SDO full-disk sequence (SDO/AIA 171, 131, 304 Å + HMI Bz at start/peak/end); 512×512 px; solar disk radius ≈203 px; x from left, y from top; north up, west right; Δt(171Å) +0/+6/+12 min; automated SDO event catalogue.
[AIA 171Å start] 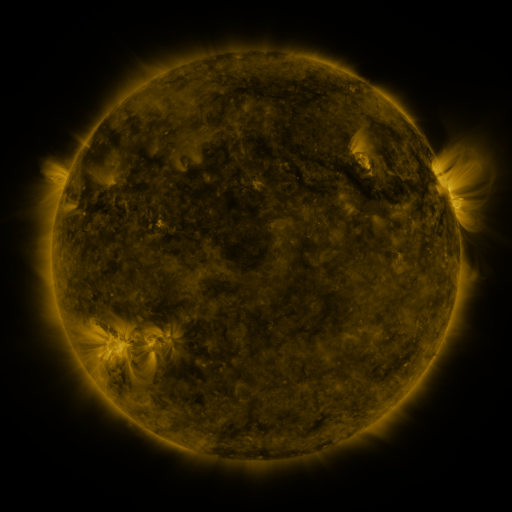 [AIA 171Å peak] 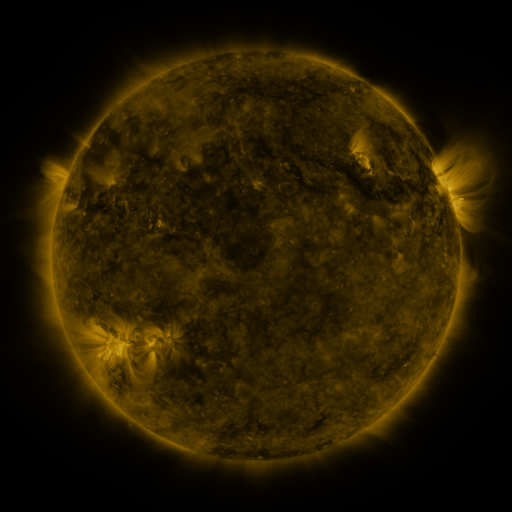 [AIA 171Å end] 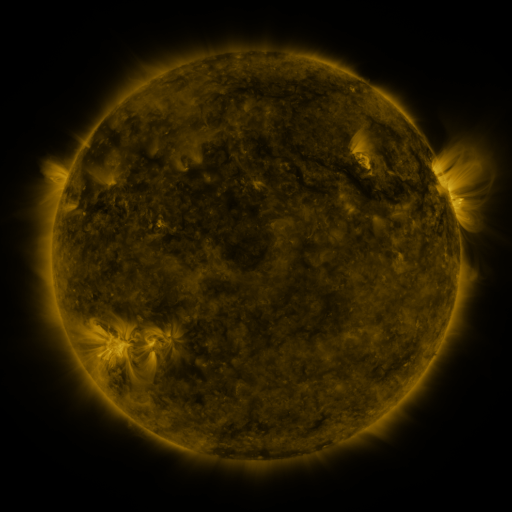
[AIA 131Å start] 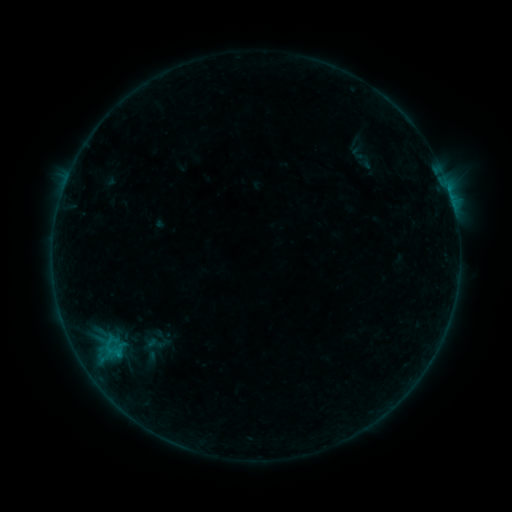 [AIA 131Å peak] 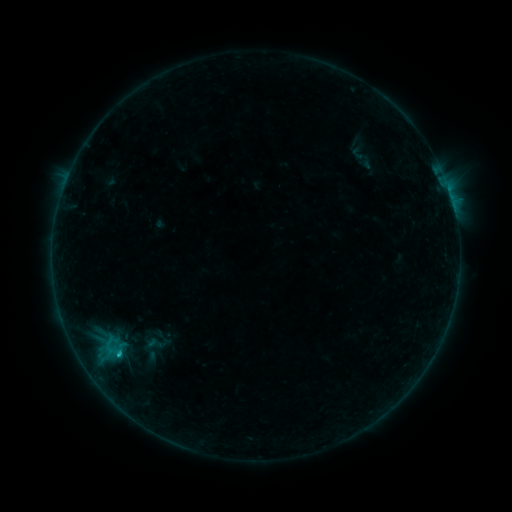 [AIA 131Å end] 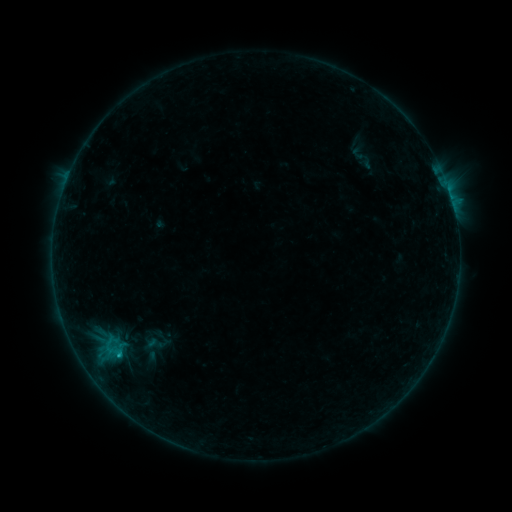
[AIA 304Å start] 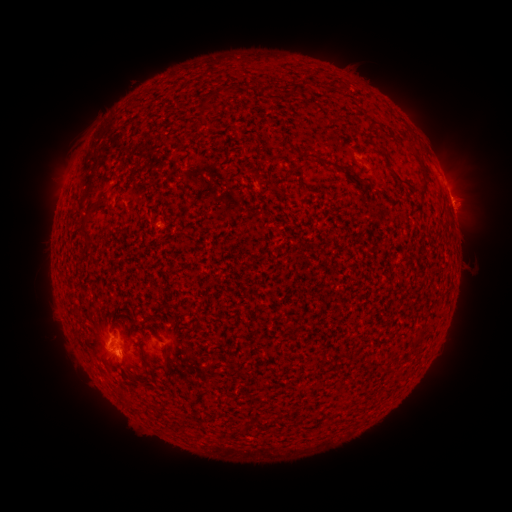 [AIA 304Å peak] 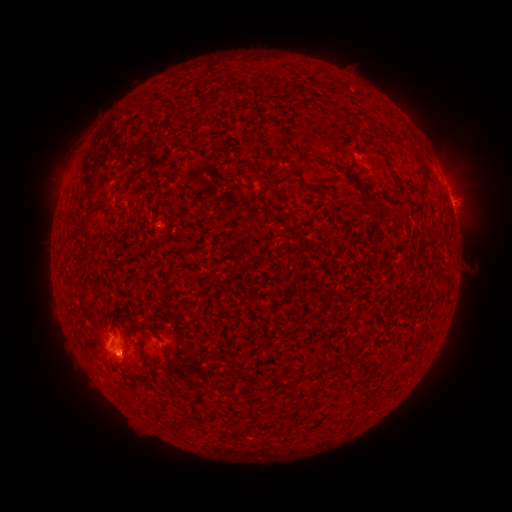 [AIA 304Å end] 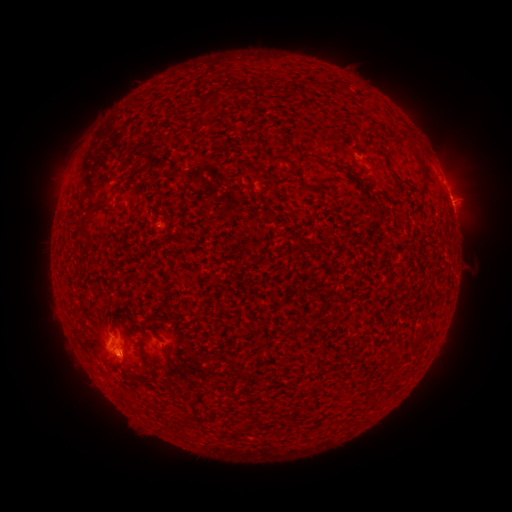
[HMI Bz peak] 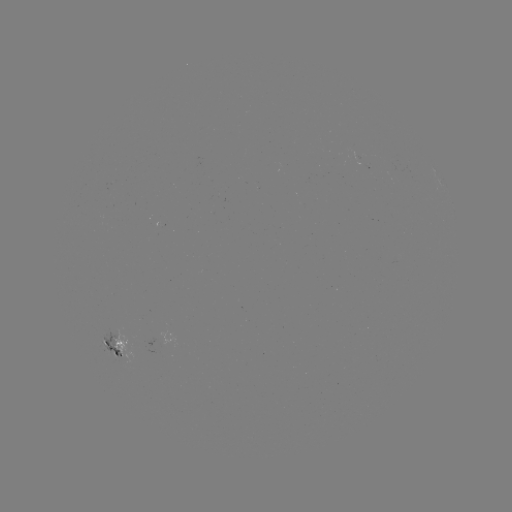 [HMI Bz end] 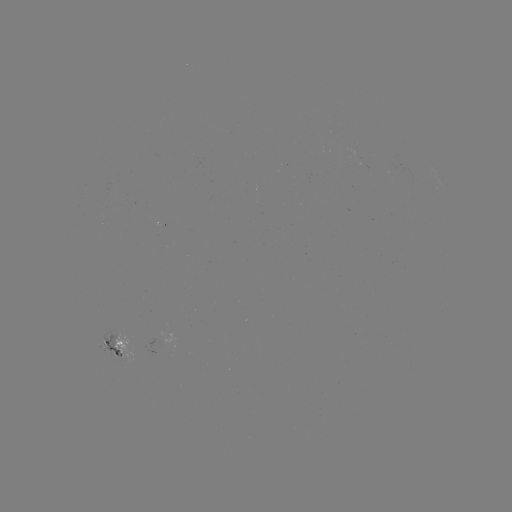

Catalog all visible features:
B8.5 flare: (118, 352)
